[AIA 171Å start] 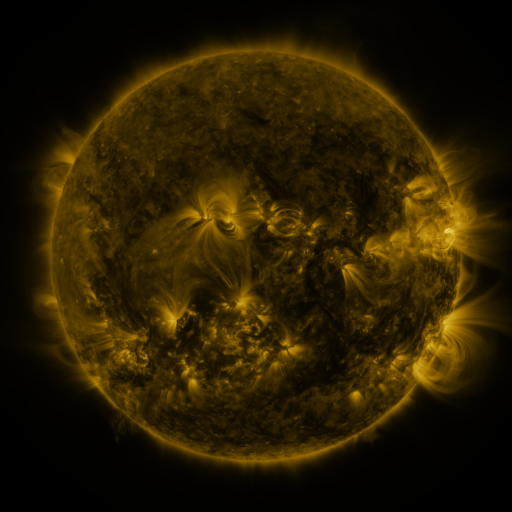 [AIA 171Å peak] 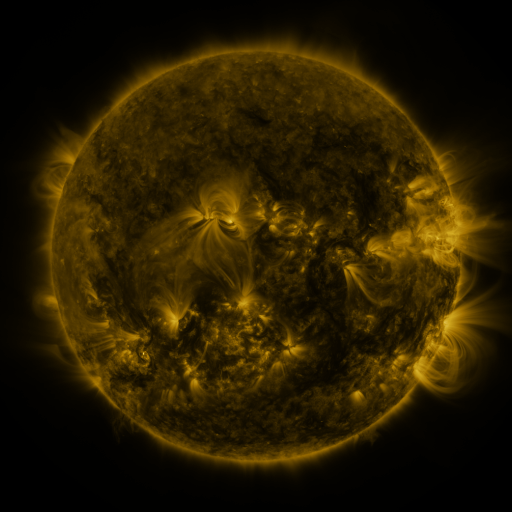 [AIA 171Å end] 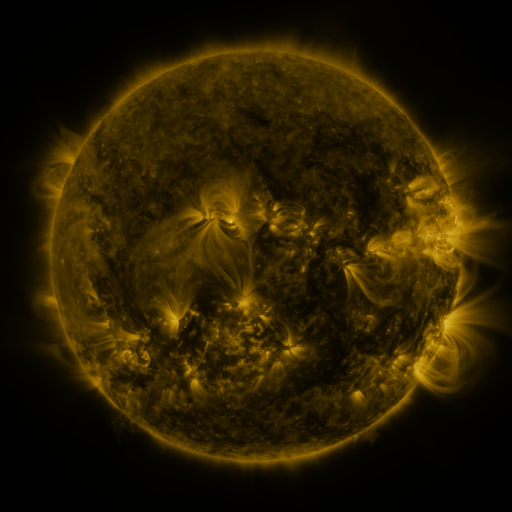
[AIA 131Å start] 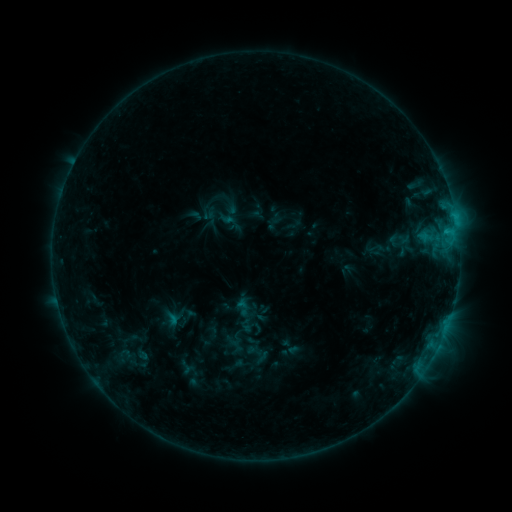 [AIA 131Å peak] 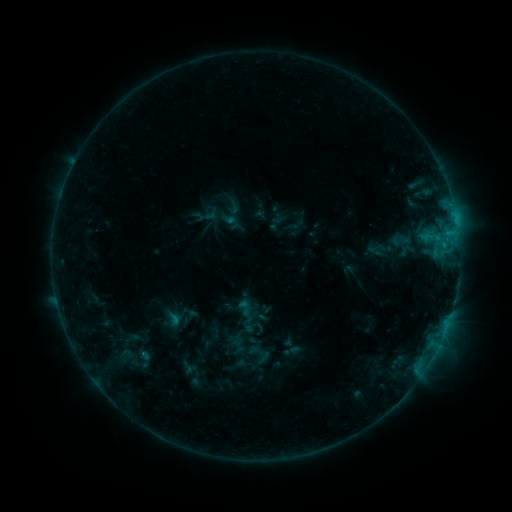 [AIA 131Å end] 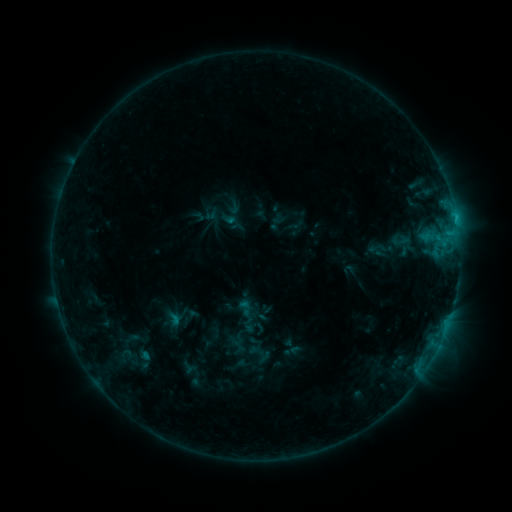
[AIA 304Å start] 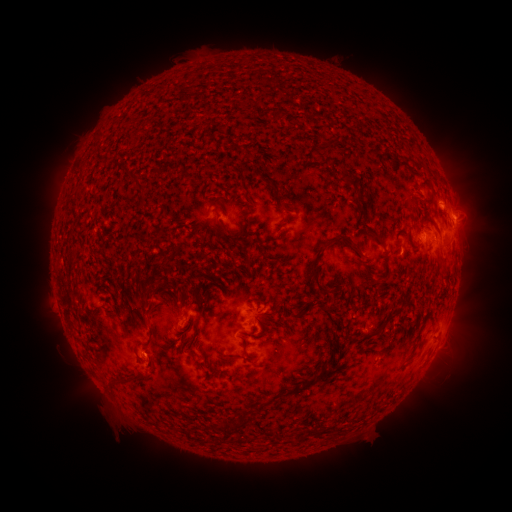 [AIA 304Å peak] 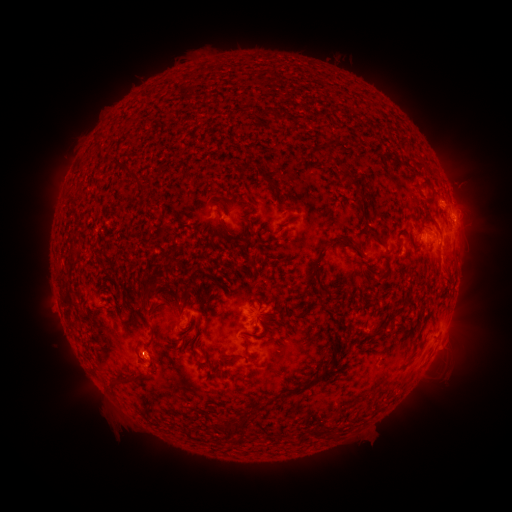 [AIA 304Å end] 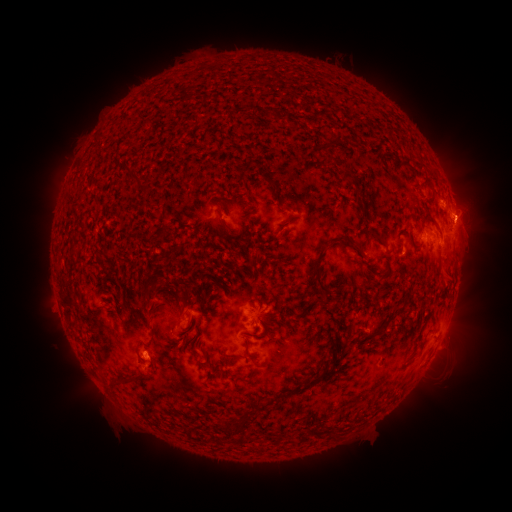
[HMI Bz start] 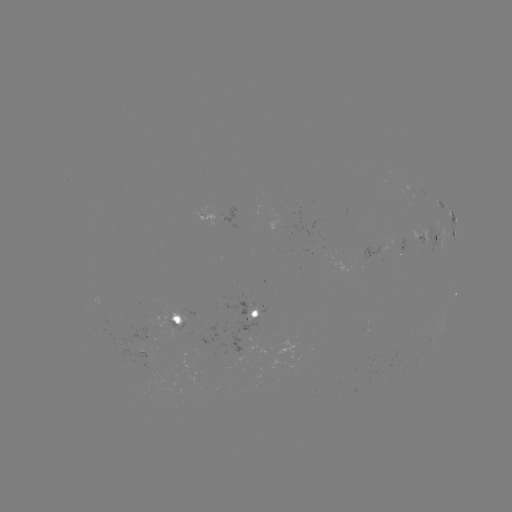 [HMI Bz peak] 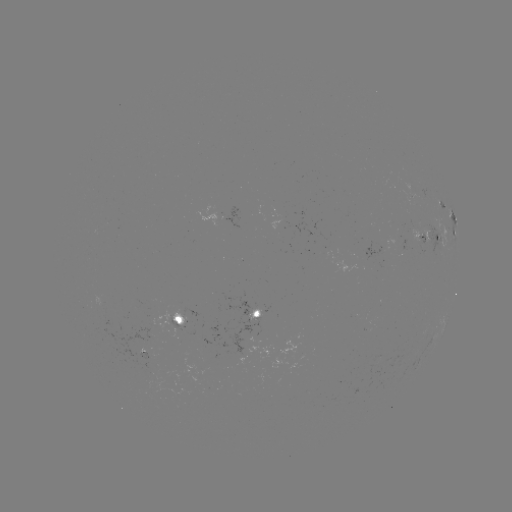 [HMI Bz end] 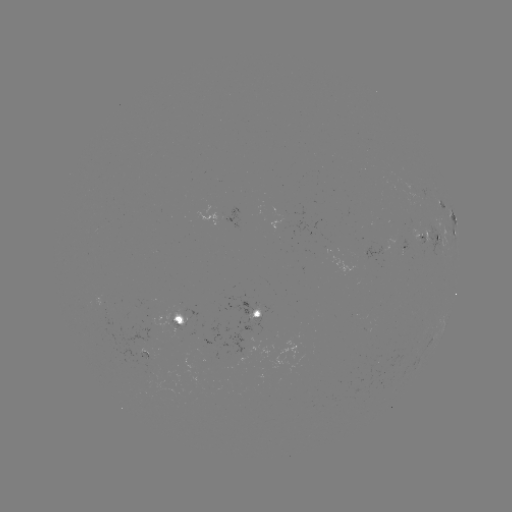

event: emerging-flux region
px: (256, 324)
